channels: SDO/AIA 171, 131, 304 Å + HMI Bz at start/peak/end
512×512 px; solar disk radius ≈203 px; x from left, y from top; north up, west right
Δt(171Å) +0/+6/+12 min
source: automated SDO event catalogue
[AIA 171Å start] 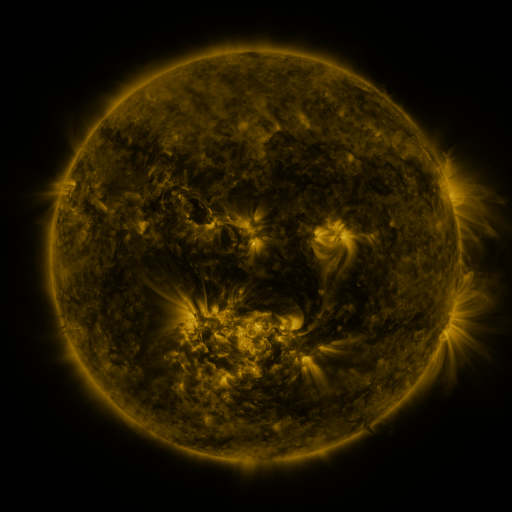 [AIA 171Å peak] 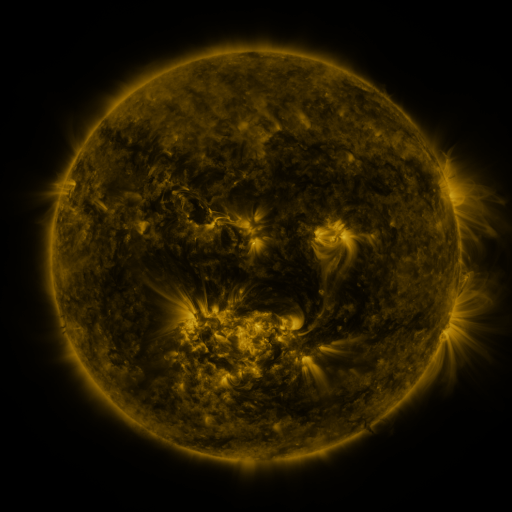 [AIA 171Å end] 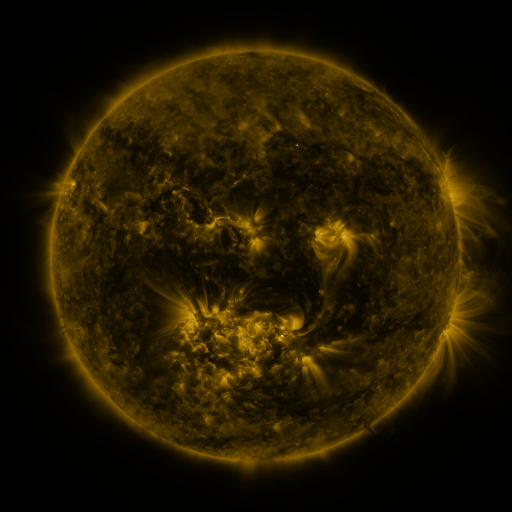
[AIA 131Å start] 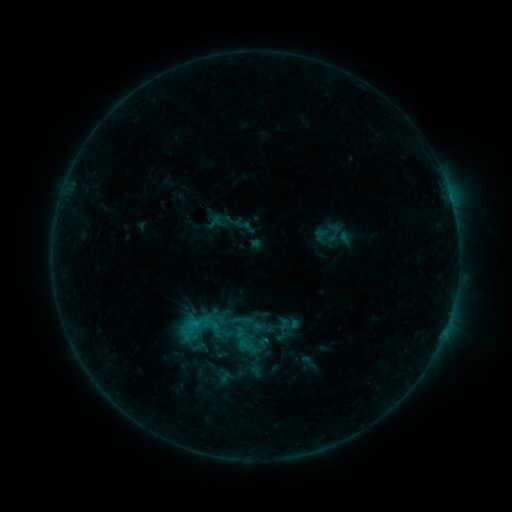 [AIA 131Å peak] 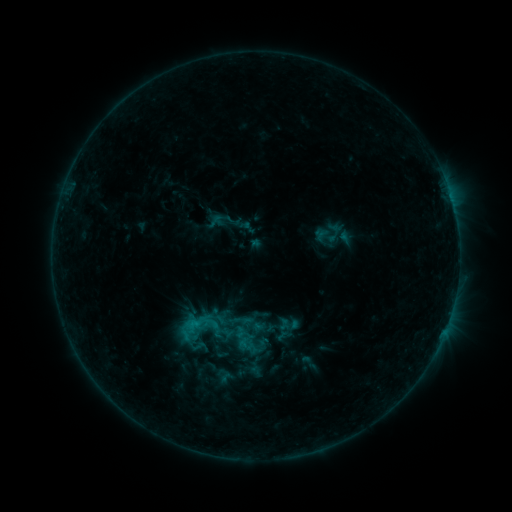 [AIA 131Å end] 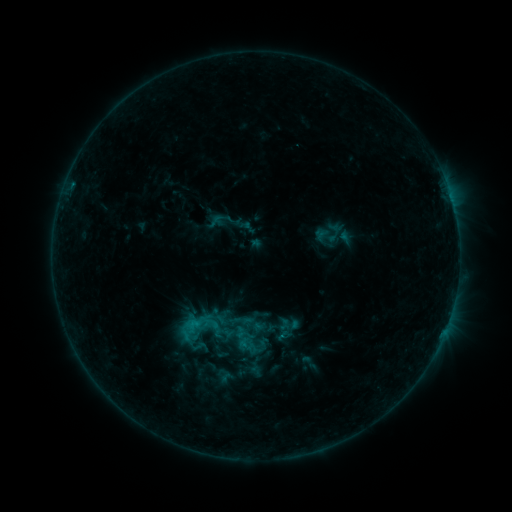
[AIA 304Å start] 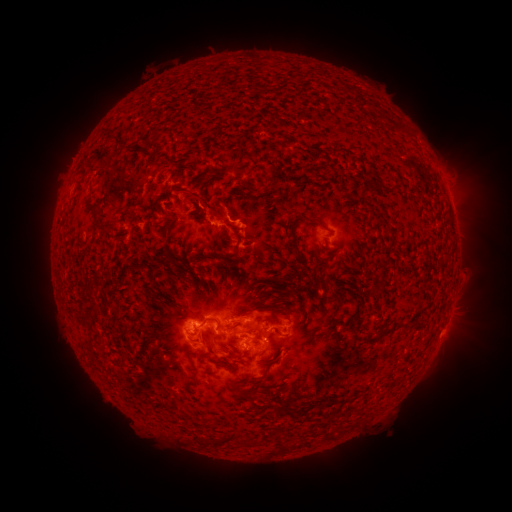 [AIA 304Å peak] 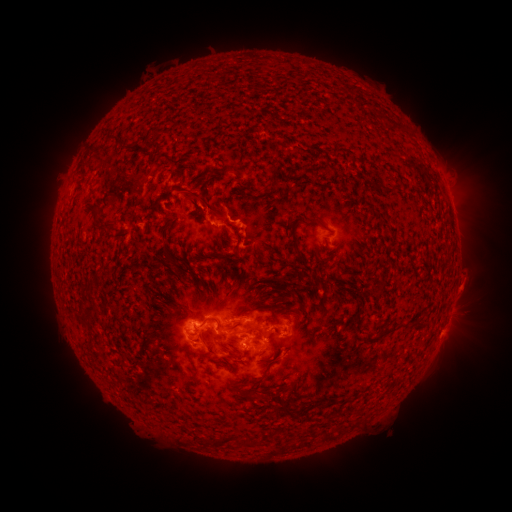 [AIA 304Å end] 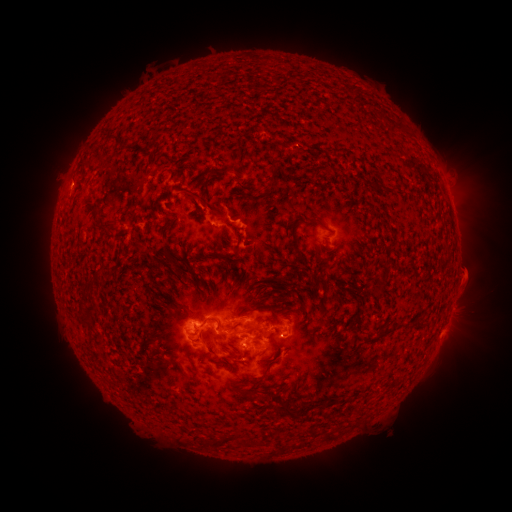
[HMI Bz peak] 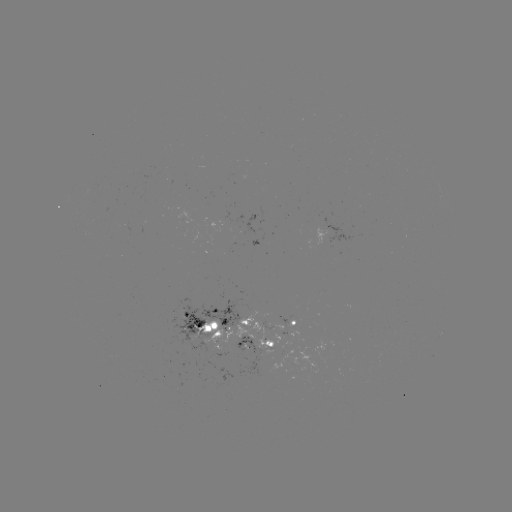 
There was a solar eruption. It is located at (466, 294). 